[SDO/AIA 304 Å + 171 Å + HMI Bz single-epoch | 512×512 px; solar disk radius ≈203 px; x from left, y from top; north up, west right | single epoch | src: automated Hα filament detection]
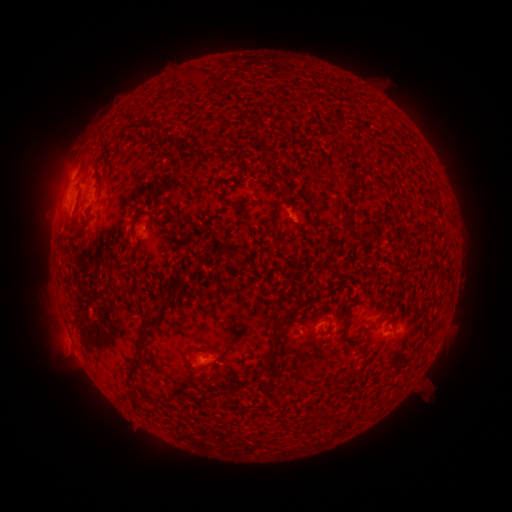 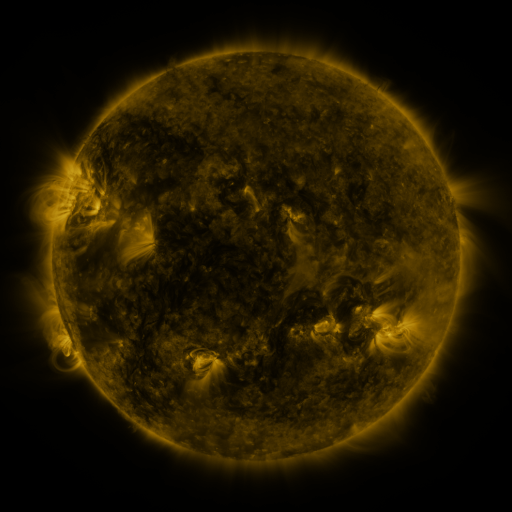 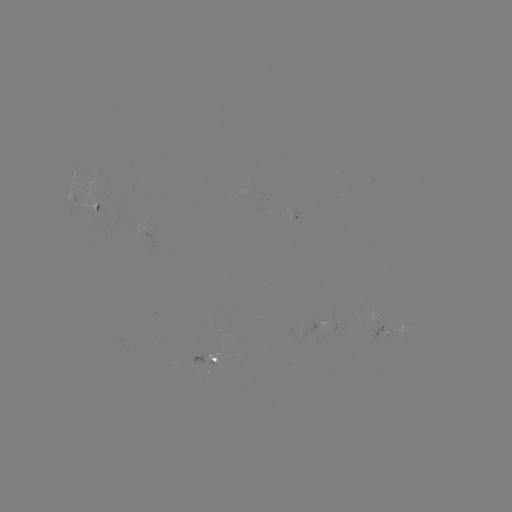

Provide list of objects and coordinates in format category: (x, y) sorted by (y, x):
filament: (228, 85)
filament: (104, 136)
filament: (353, 179)
filament: (83, 221)
filament: (133, 222)
filament: (274, 224)
filament: (169, 283)
filament: (161, 296)
filament: (327, 319)
filament: (279, 323)
filament: (143, 326)
filament: (272, 353)
filament: (188, 358)
filament: (135, 365)
filament: (354, 373)
